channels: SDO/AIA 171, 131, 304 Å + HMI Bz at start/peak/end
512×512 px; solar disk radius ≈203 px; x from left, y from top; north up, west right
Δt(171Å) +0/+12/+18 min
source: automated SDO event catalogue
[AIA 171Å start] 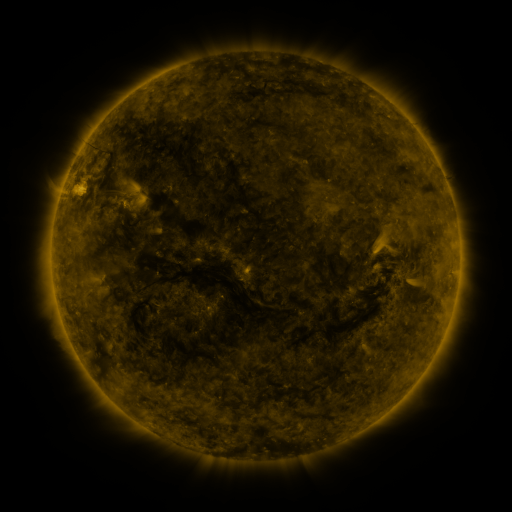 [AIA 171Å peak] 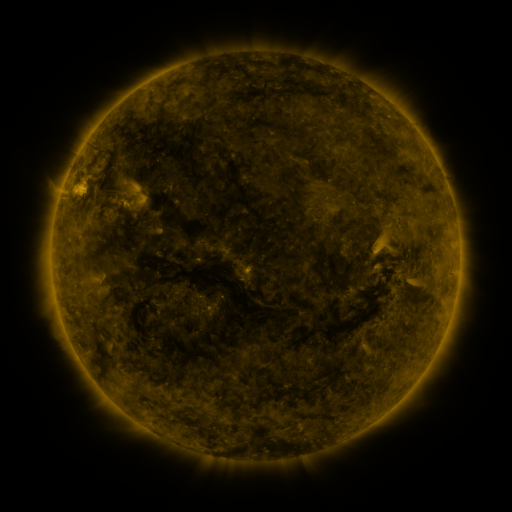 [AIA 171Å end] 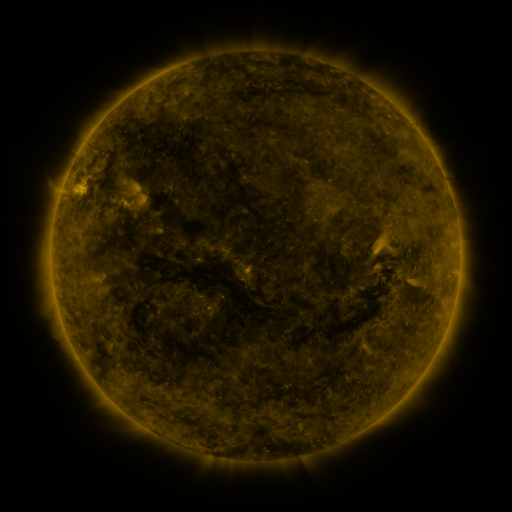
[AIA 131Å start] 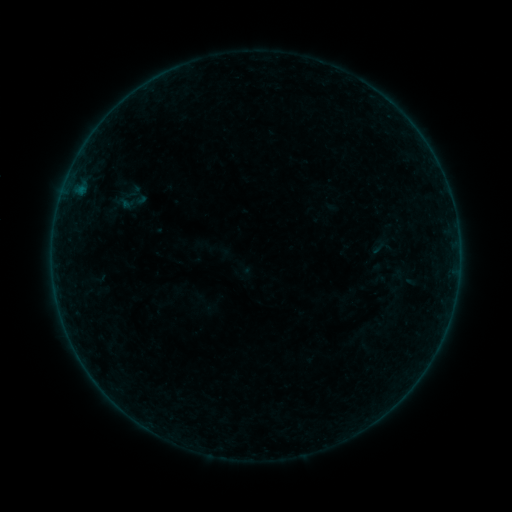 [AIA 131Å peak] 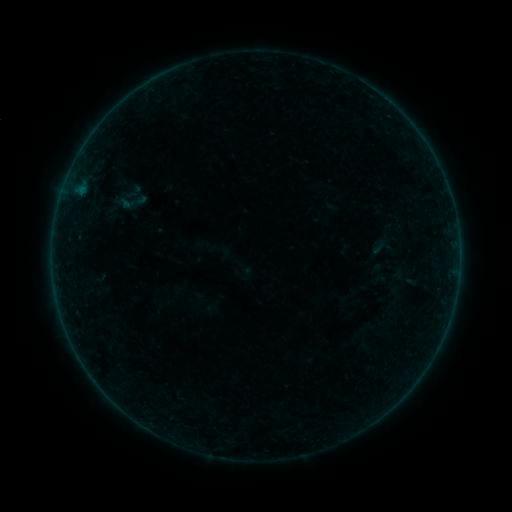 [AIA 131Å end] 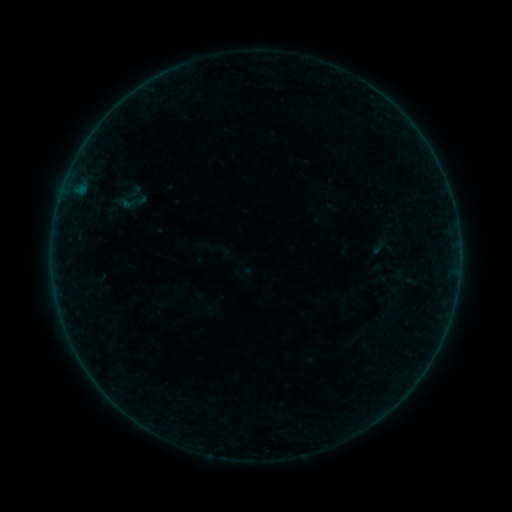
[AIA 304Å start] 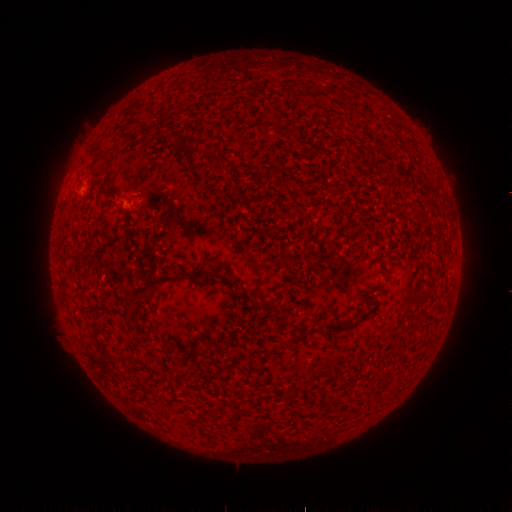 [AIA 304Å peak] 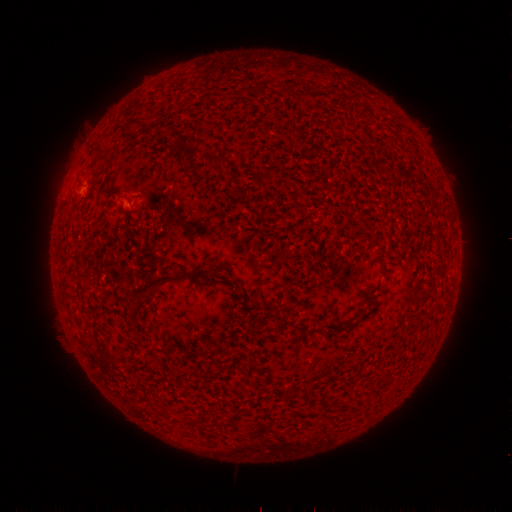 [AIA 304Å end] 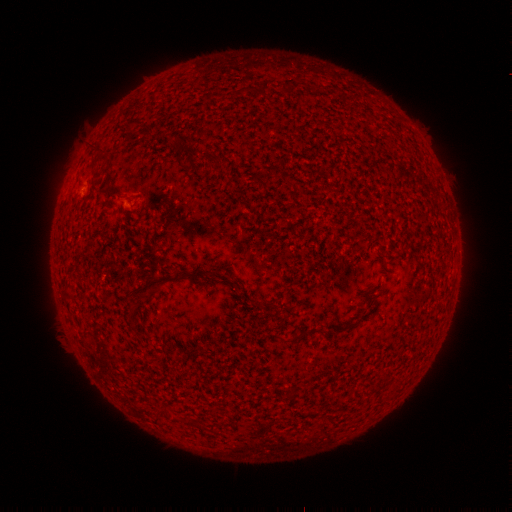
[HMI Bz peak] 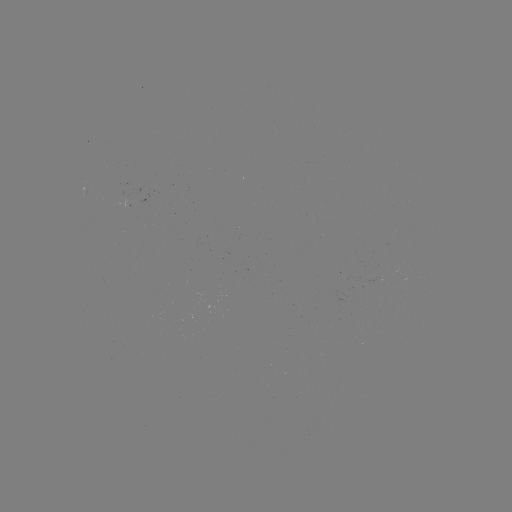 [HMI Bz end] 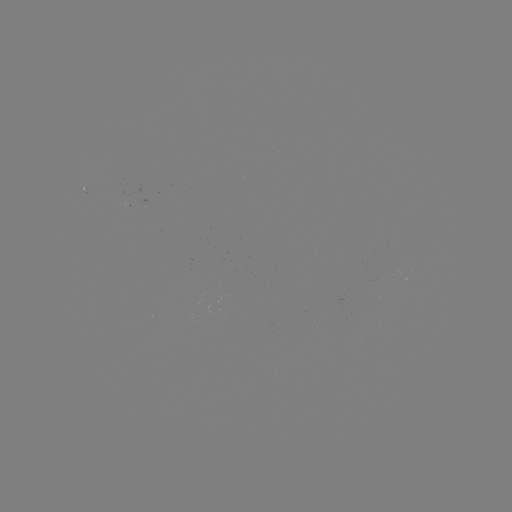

nothing was catalogued: no classed flare, no EUV trigger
